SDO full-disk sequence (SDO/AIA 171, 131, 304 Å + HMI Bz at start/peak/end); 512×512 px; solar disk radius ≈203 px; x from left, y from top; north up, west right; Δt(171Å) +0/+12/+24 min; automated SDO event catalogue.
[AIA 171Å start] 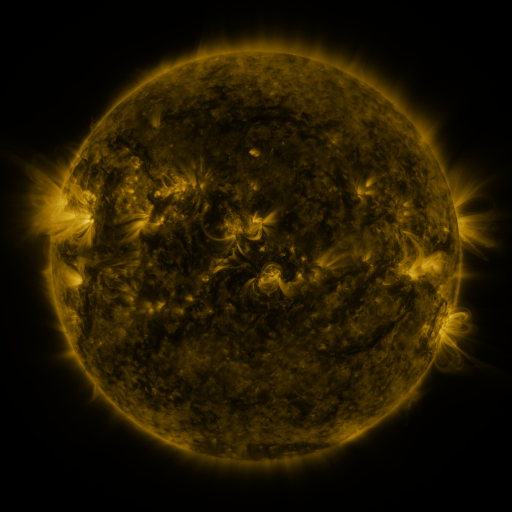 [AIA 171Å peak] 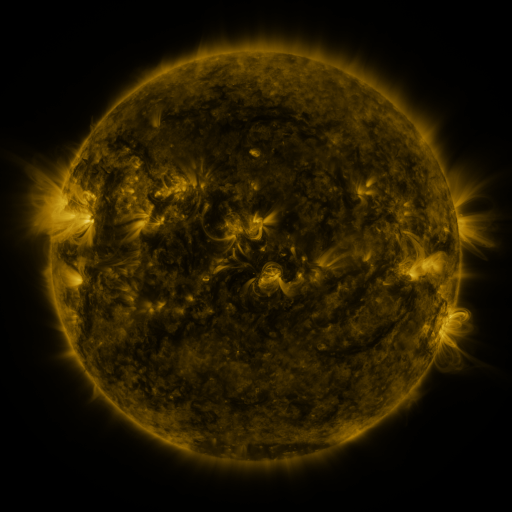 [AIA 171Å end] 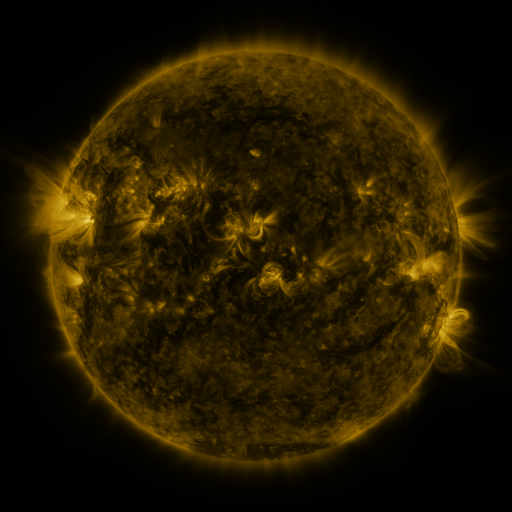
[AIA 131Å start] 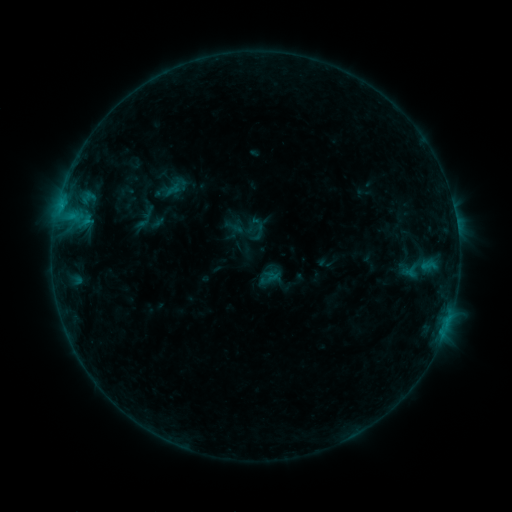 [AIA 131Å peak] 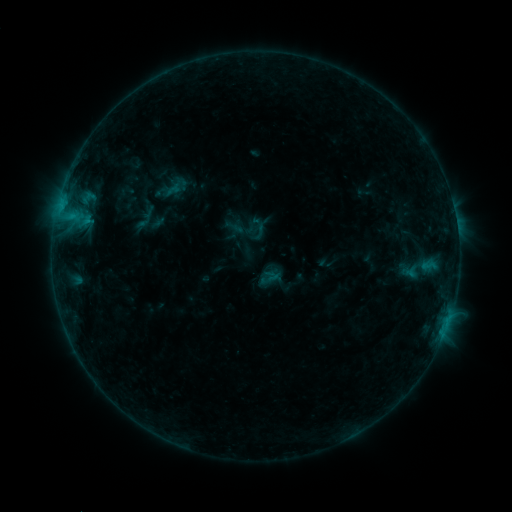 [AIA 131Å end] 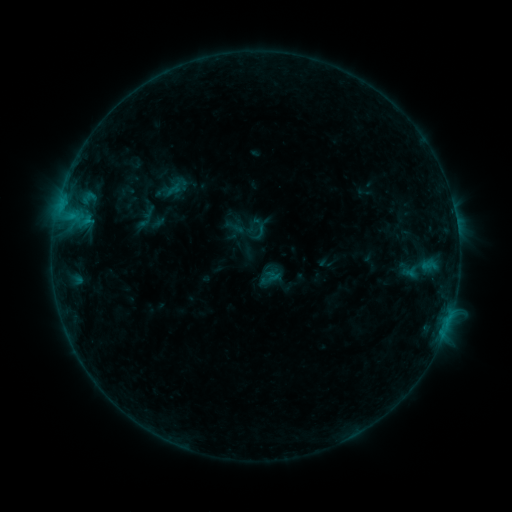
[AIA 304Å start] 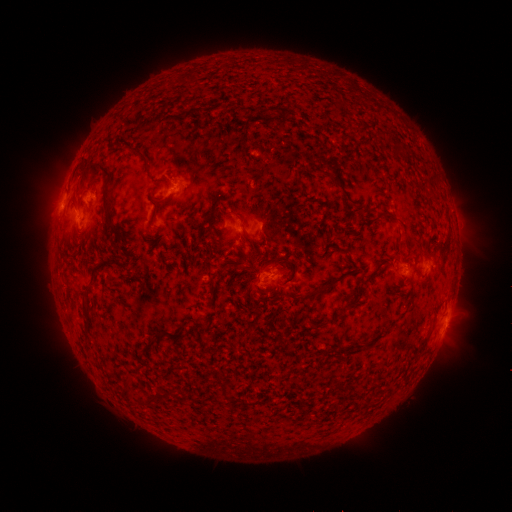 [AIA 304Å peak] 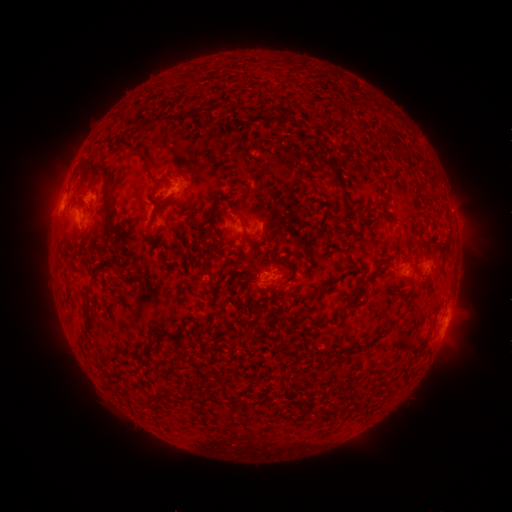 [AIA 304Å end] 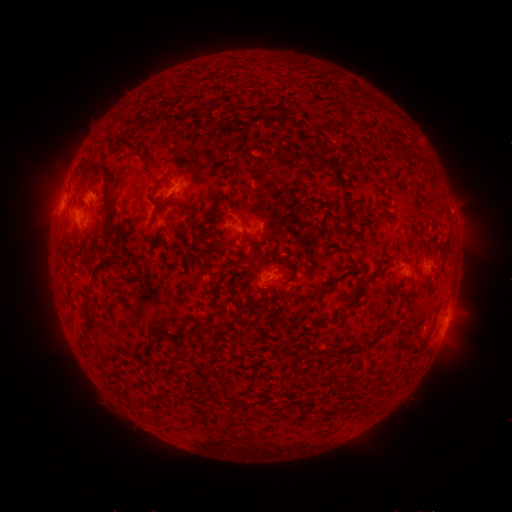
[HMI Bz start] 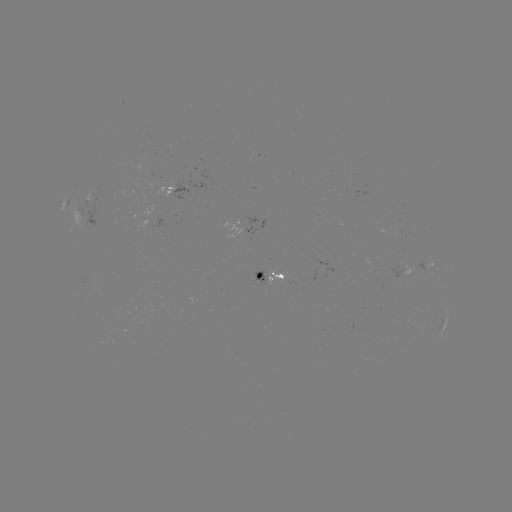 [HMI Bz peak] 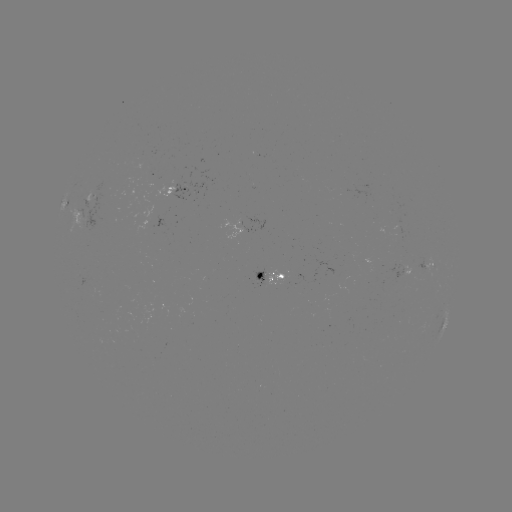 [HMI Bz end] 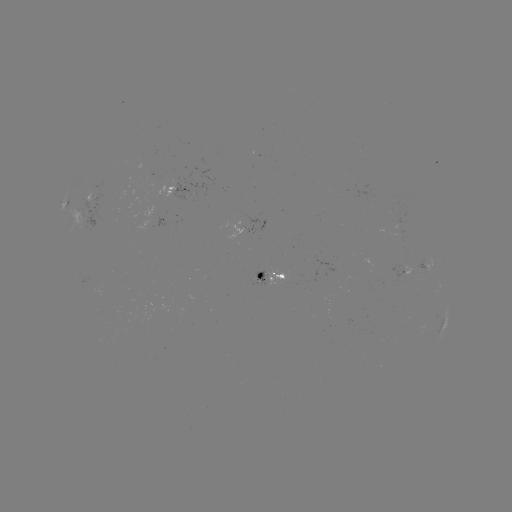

no flare in any classed list; no EUV-trigger detection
